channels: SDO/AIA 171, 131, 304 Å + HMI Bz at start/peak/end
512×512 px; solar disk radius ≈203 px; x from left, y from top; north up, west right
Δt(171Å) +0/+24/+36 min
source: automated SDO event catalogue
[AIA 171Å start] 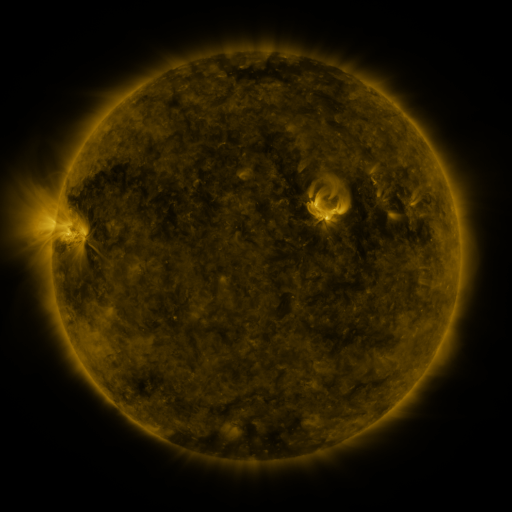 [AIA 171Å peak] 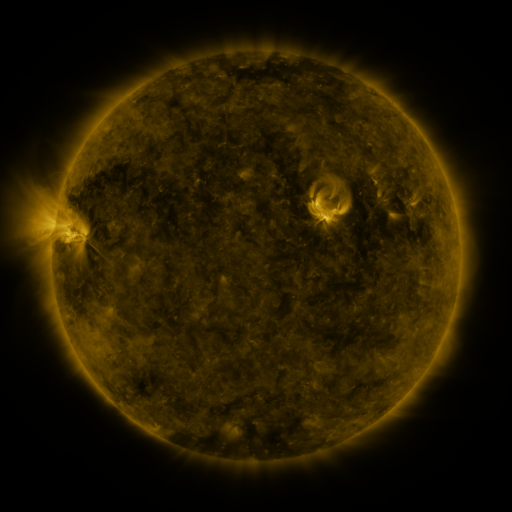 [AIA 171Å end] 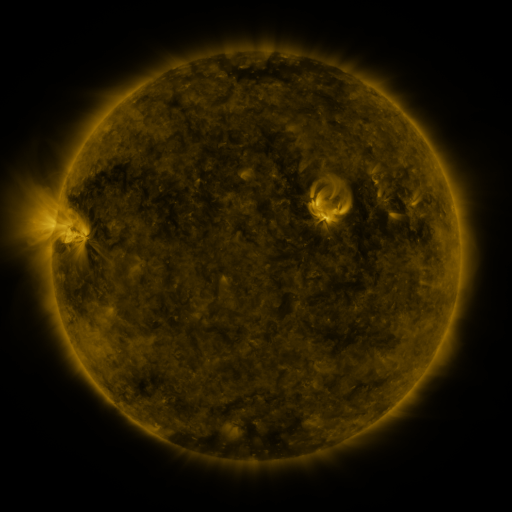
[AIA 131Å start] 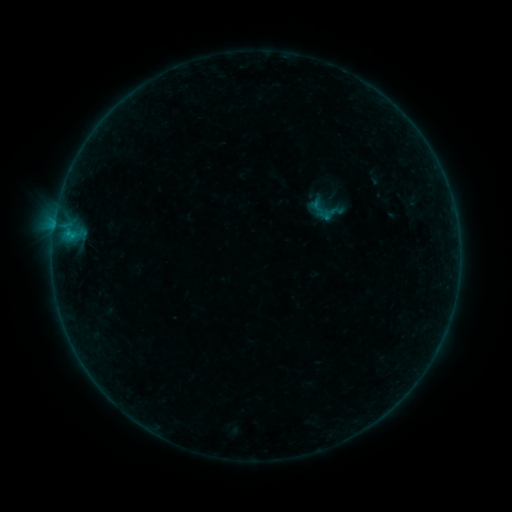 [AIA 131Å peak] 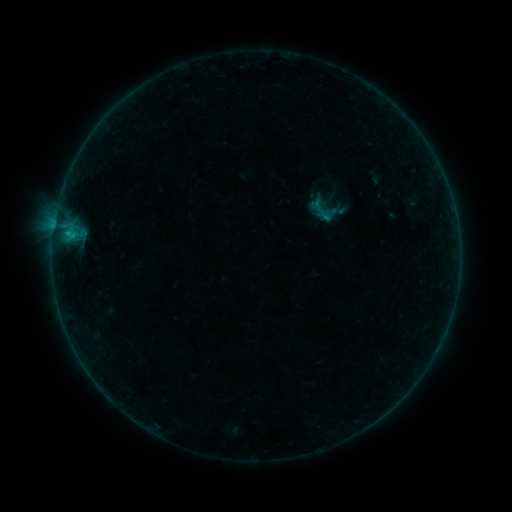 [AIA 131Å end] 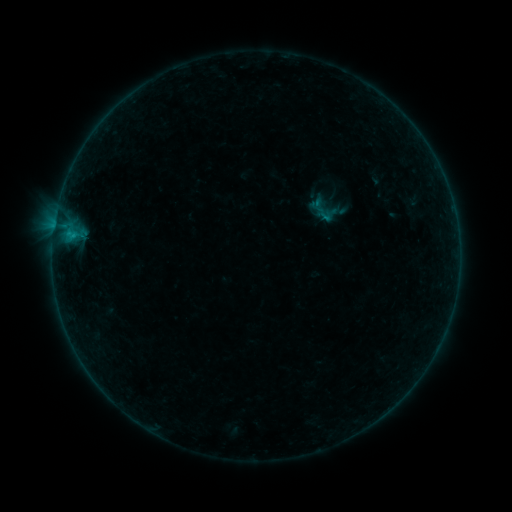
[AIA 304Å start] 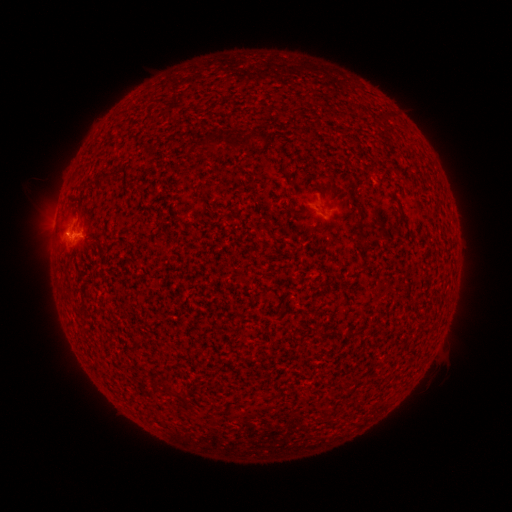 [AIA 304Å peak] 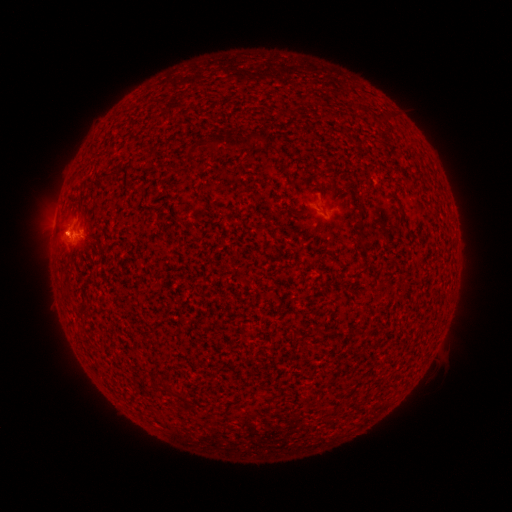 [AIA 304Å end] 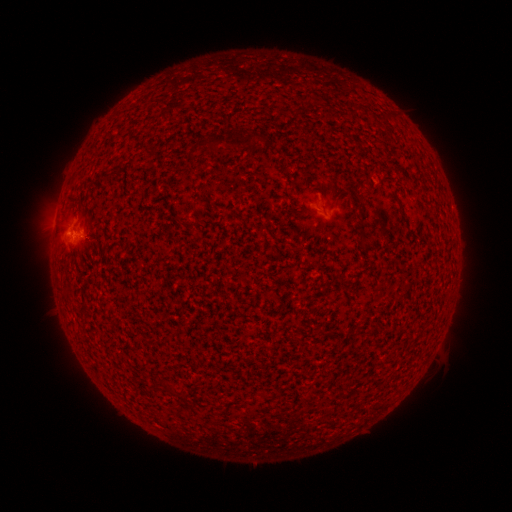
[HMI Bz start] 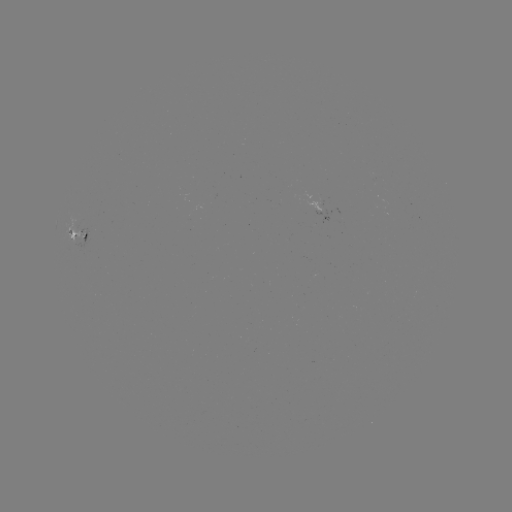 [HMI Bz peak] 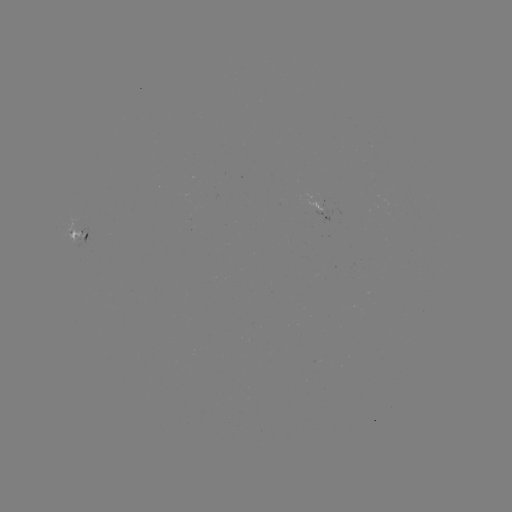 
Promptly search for B4.0 flare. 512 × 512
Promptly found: [69, 237].